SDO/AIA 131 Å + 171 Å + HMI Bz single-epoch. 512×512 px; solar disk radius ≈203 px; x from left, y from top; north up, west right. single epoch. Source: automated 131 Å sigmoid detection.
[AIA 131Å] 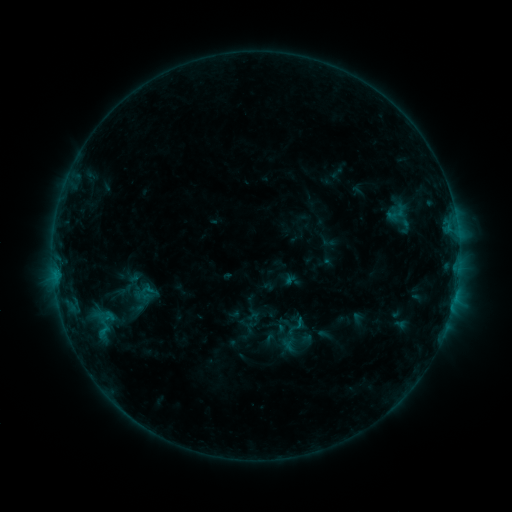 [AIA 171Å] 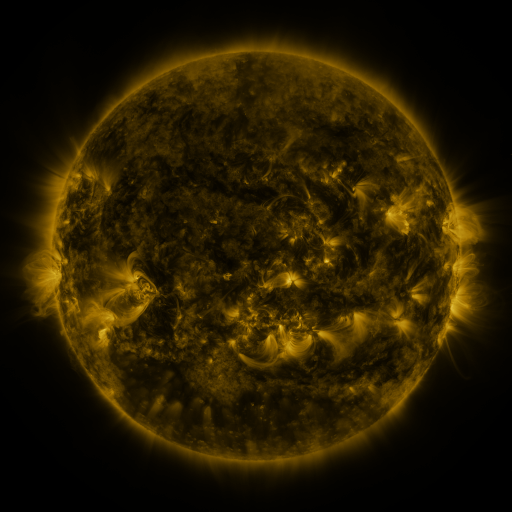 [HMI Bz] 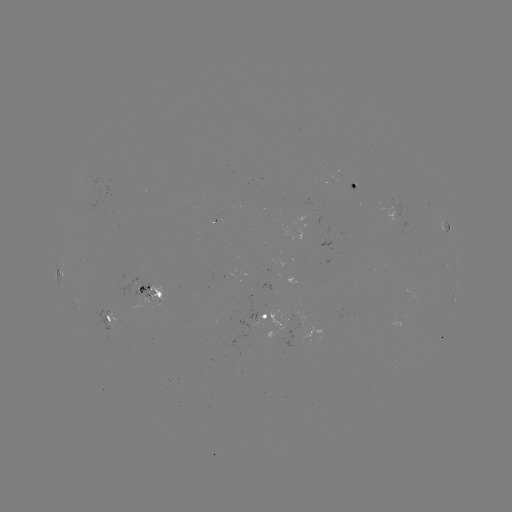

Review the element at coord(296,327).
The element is sigmoid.